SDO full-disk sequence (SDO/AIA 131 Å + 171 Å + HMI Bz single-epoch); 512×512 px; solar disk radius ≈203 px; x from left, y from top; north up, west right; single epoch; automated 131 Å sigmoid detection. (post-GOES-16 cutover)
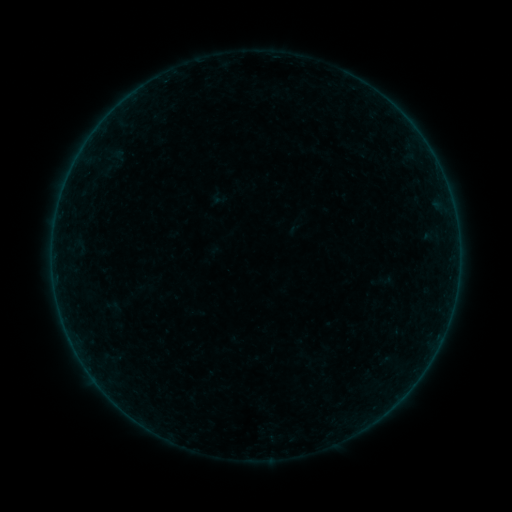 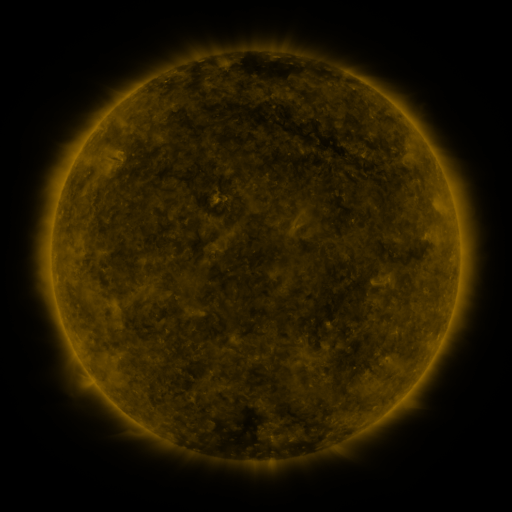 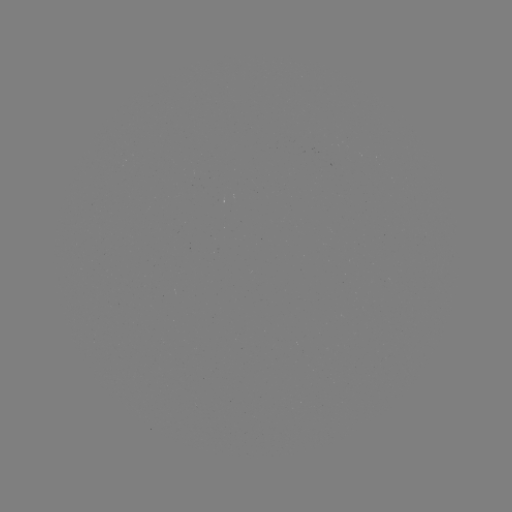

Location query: sigmoid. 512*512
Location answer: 385,280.